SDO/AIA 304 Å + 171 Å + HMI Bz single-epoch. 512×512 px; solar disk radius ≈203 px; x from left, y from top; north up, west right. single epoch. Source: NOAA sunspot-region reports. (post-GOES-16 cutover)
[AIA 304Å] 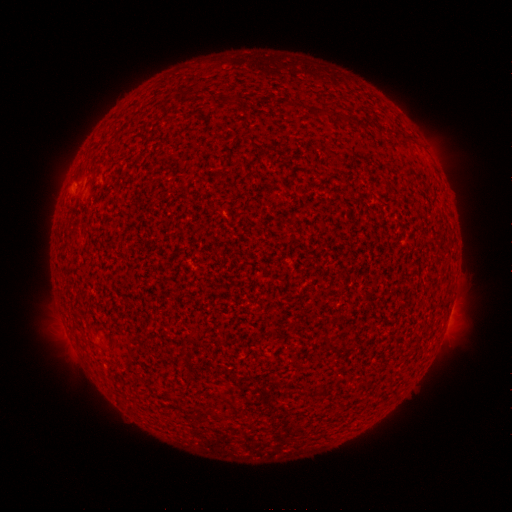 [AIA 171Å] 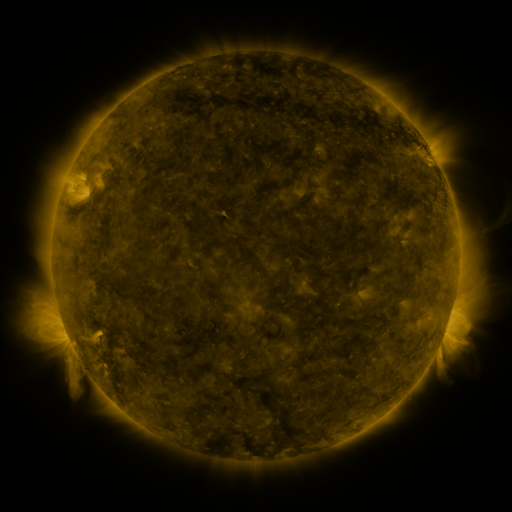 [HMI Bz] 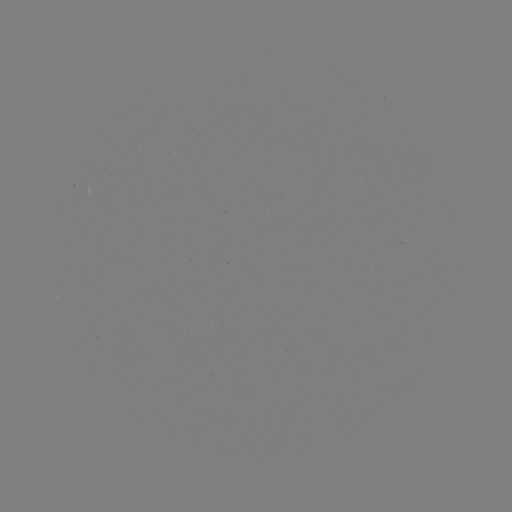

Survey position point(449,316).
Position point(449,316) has spotted active region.